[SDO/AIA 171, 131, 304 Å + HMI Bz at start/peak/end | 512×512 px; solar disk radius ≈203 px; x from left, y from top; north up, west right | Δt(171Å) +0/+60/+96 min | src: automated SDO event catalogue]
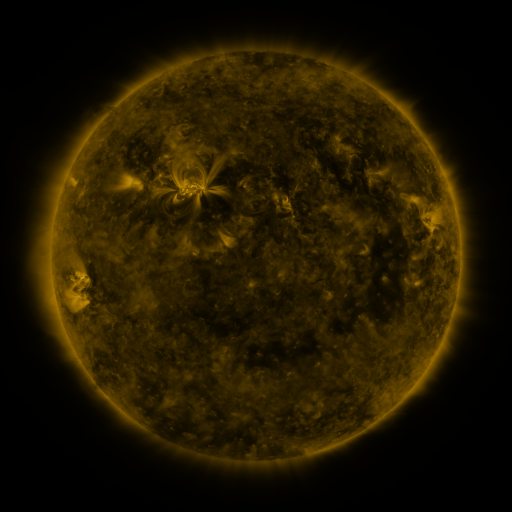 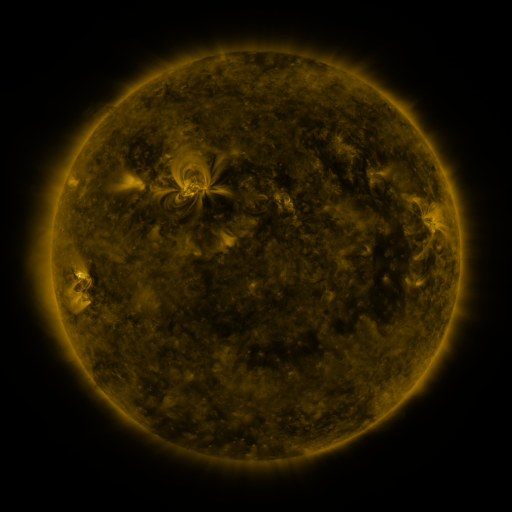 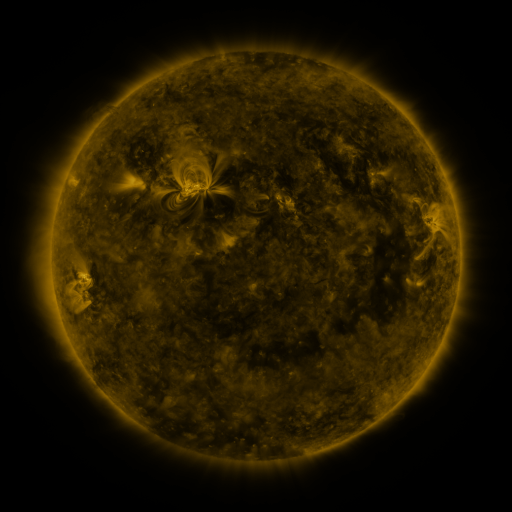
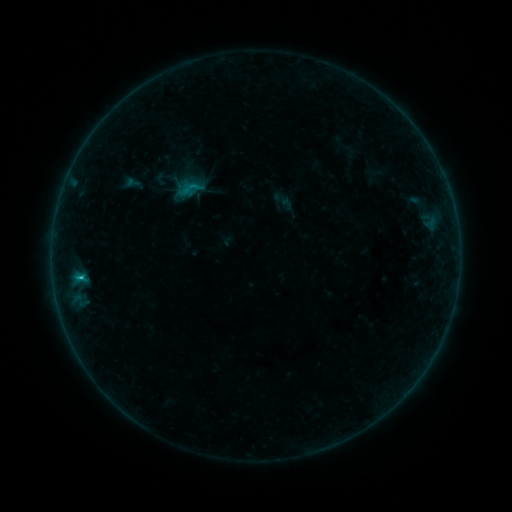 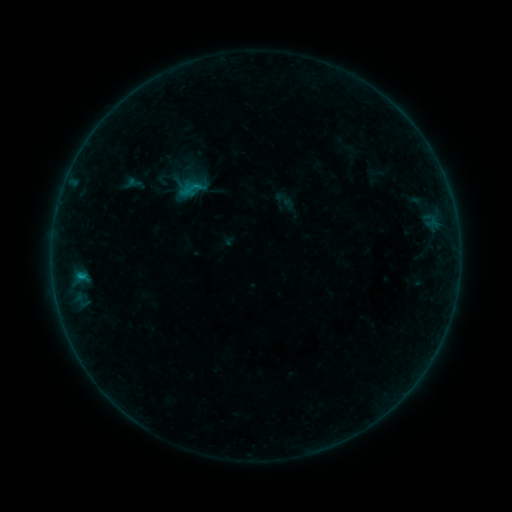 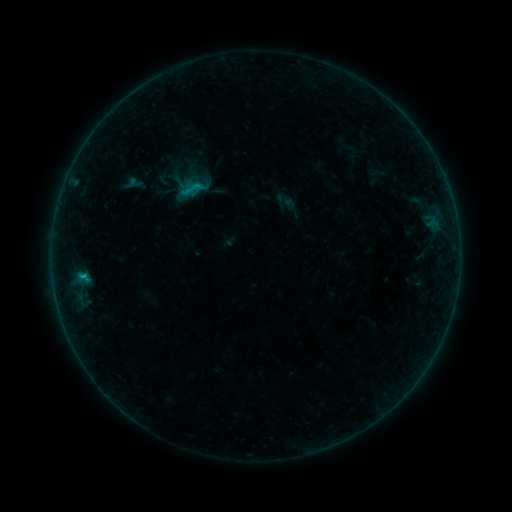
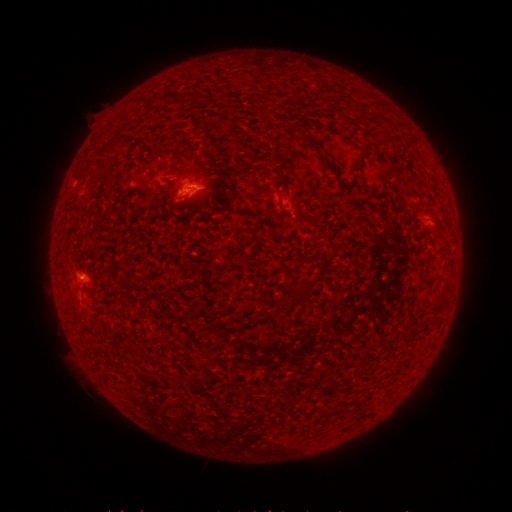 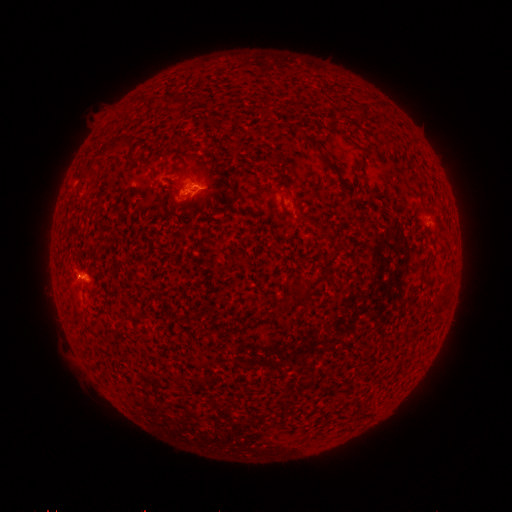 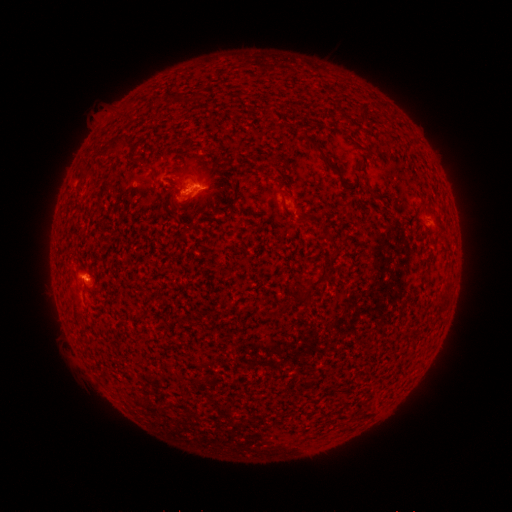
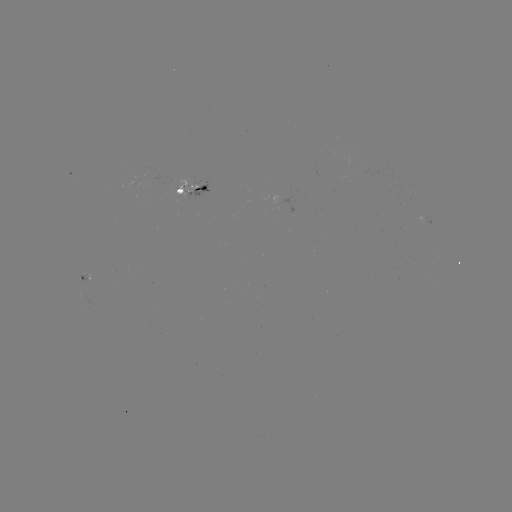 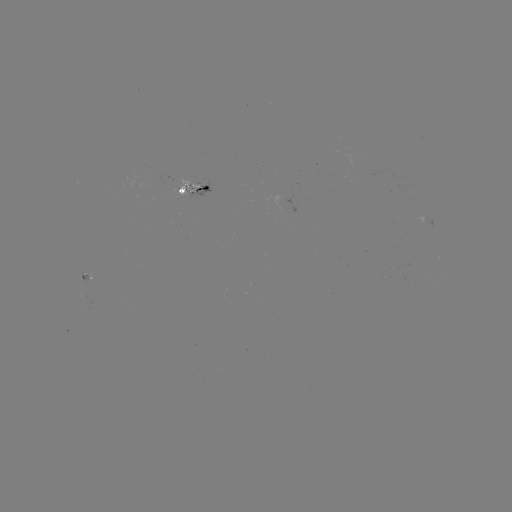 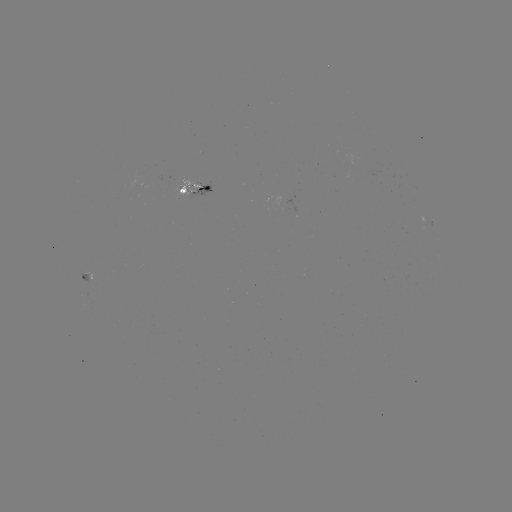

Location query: emerging-flux region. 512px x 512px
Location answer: [146, 169].